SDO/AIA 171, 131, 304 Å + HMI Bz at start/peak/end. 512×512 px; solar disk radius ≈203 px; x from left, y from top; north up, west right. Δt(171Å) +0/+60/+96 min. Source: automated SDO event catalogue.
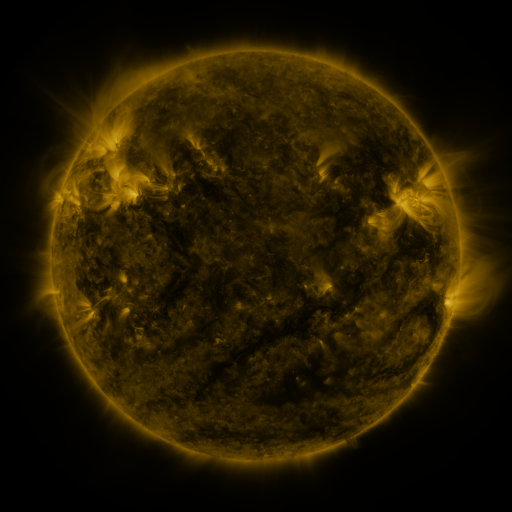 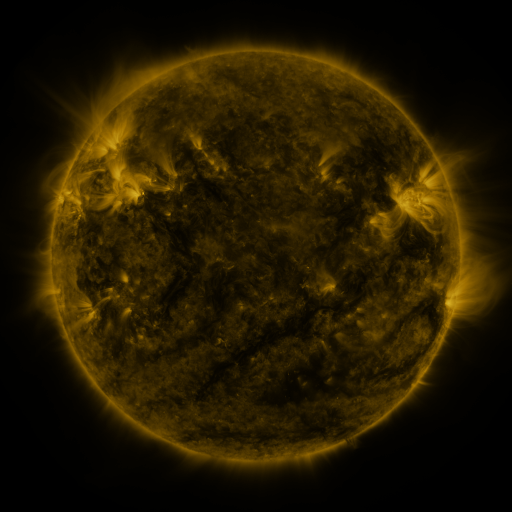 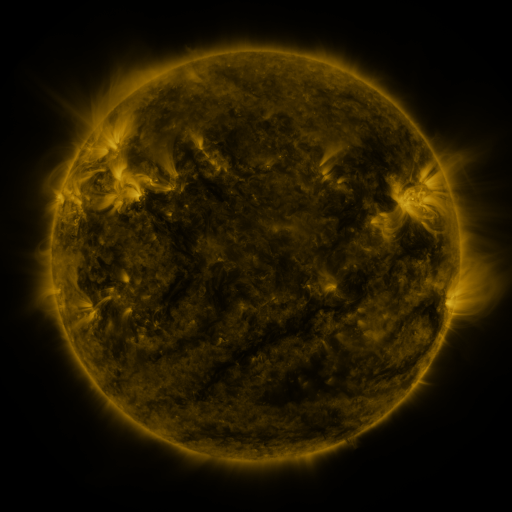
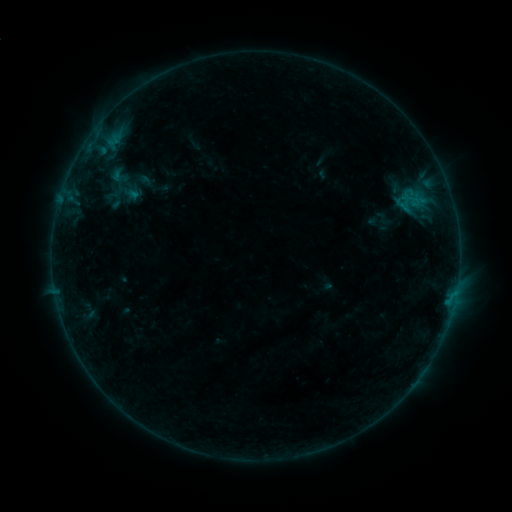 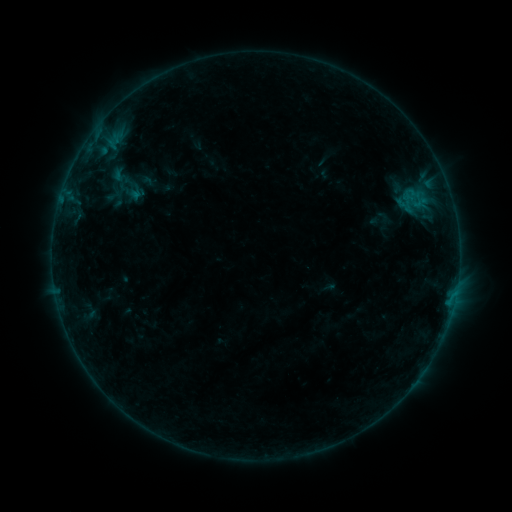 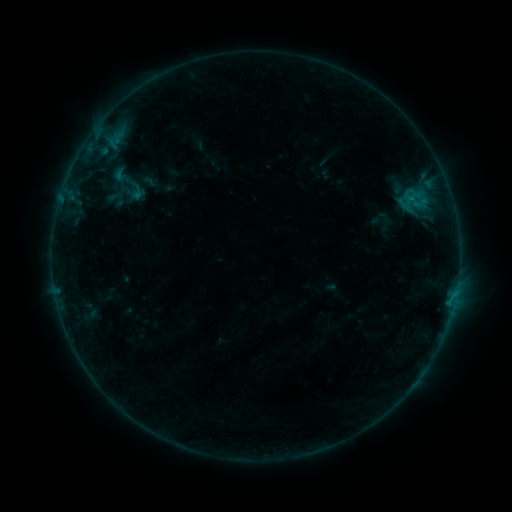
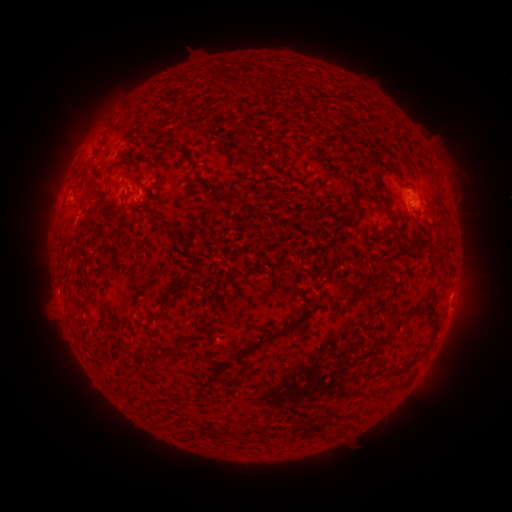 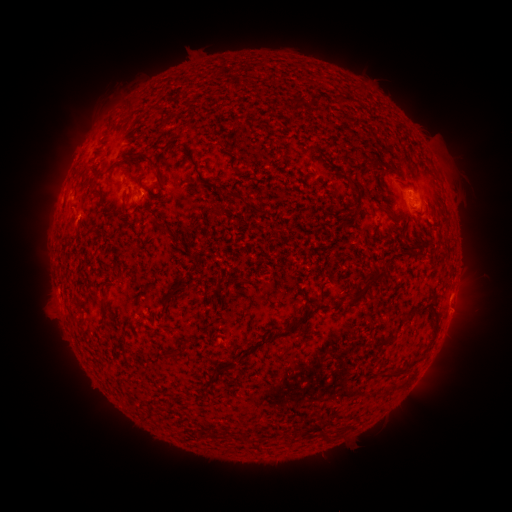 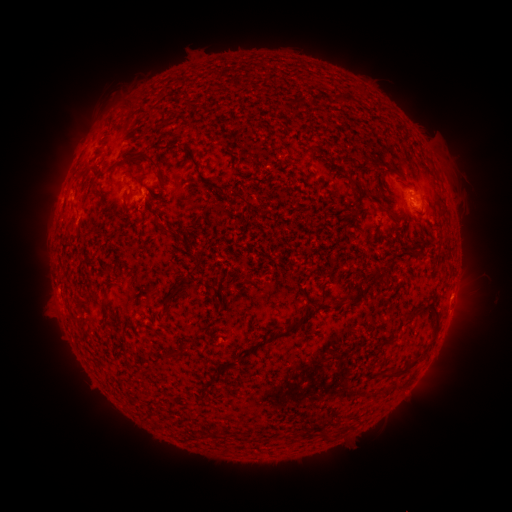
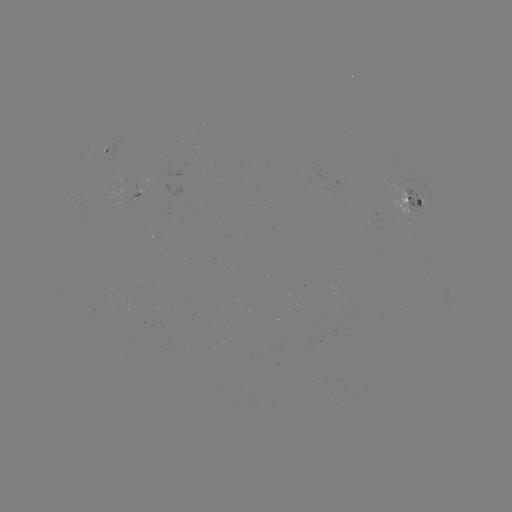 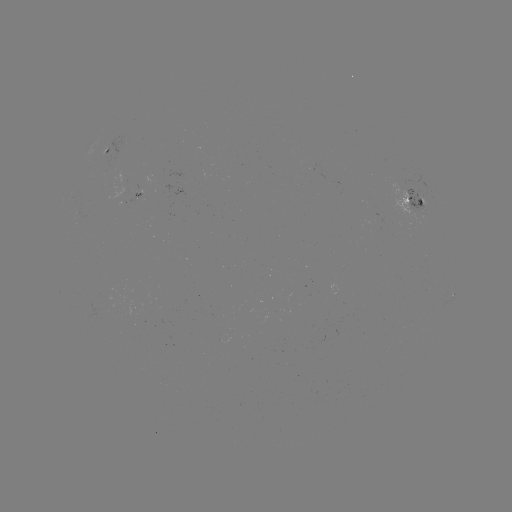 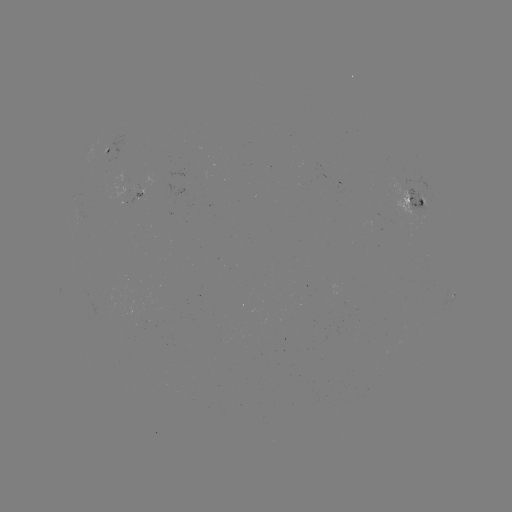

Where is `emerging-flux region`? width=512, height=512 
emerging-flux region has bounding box [120, 193, 140, 204].